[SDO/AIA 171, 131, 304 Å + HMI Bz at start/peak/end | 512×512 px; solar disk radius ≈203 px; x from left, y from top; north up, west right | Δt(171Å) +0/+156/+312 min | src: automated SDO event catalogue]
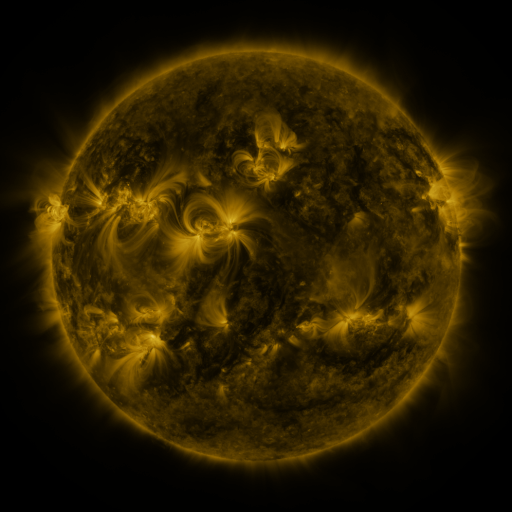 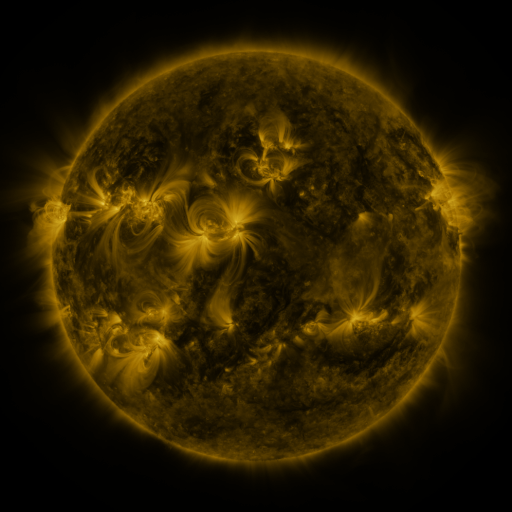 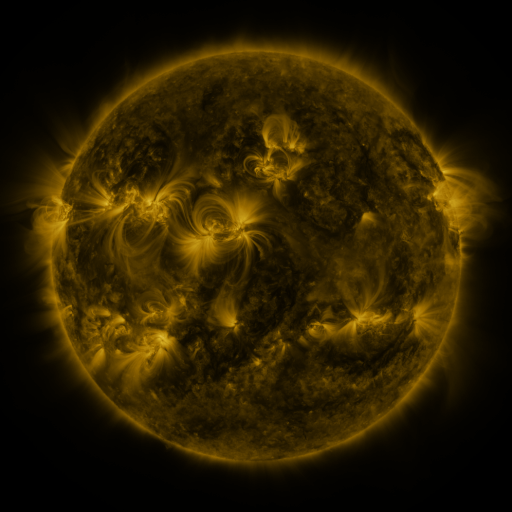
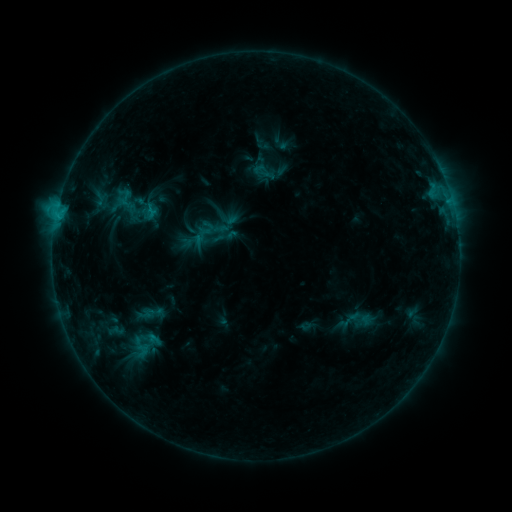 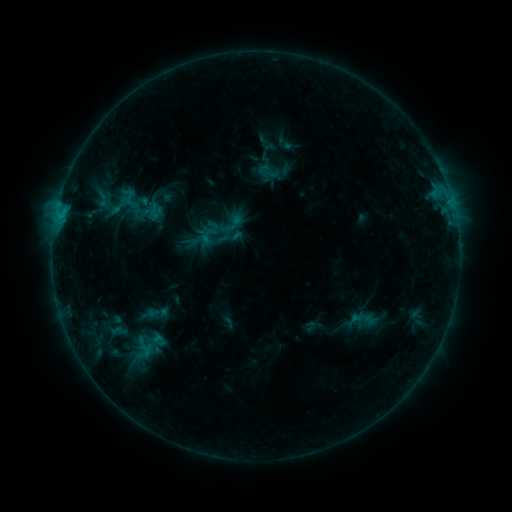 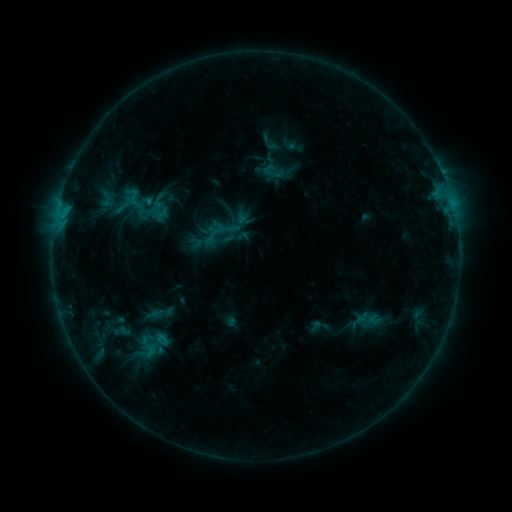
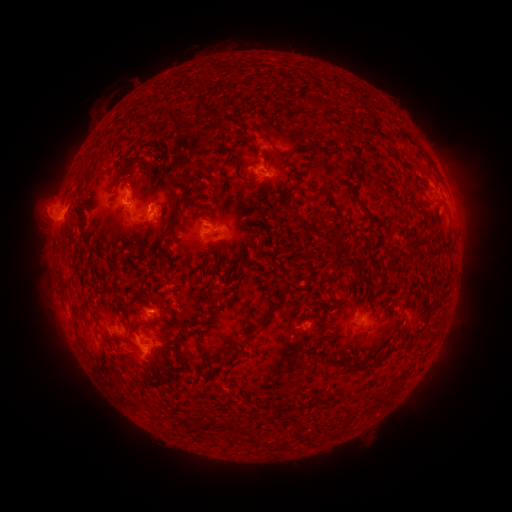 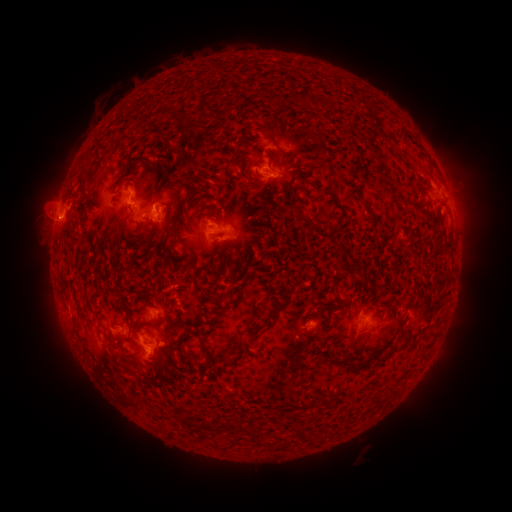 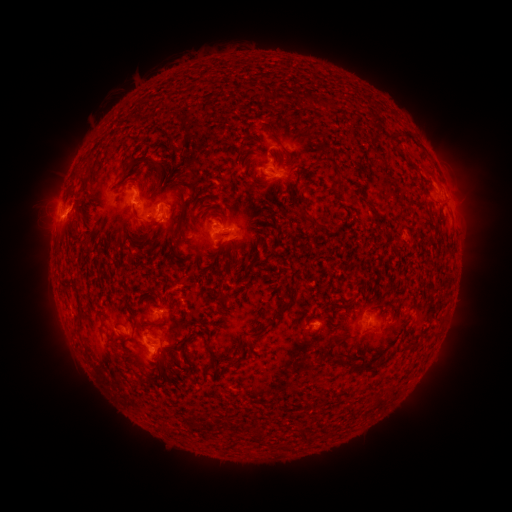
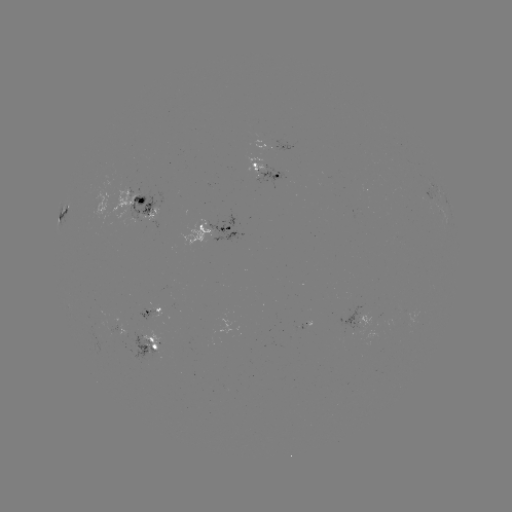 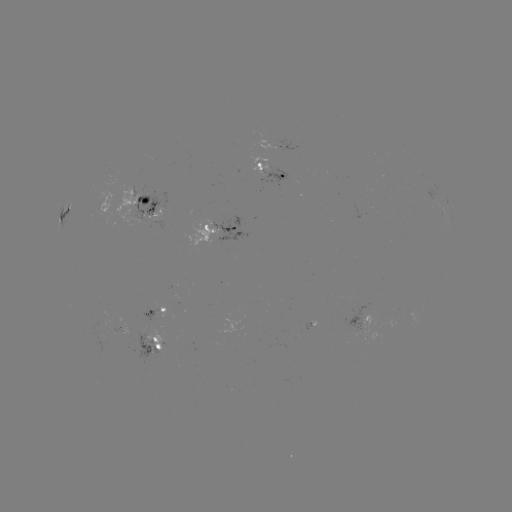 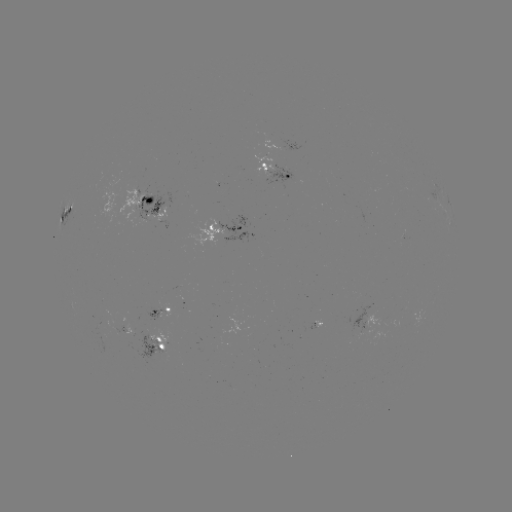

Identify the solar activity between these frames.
filament eruption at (360, 447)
